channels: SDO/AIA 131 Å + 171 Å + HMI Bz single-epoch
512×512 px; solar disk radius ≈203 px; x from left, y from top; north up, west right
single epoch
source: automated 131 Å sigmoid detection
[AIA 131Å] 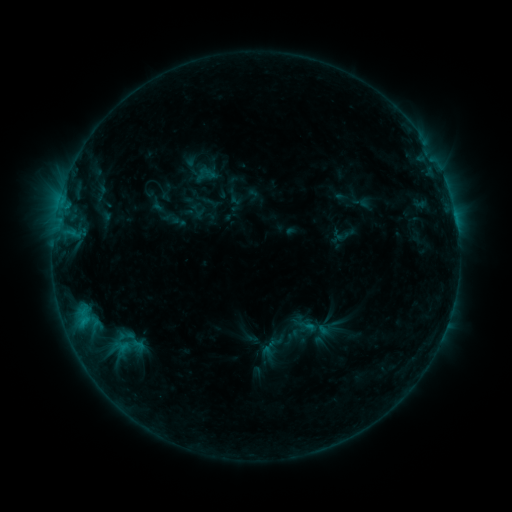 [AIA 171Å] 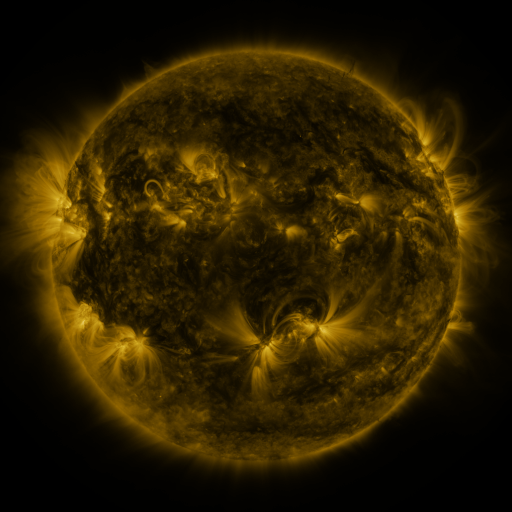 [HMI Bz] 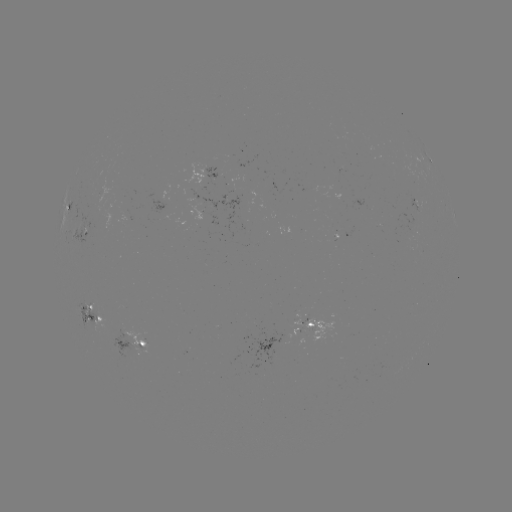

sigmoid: [314, 315, 340, 340]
